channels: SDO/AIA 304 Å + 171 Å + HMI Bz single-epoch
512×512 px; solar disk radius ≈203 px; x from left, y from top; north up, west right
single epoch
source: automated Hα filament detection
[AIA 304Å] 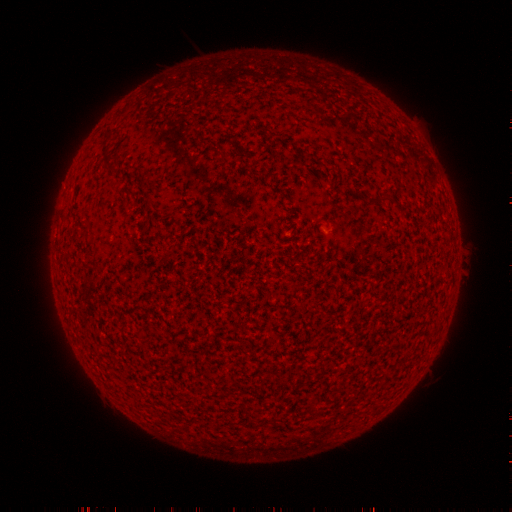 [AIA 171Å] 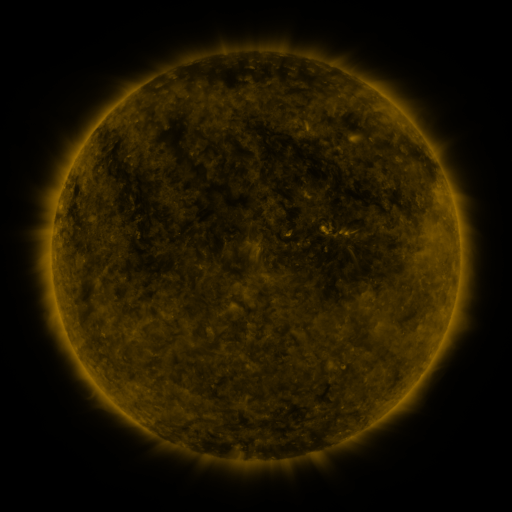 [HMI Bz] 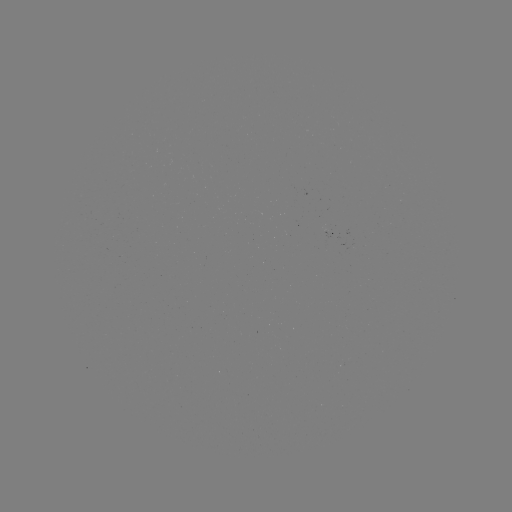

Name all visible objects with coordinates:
filament: (372, 203)
